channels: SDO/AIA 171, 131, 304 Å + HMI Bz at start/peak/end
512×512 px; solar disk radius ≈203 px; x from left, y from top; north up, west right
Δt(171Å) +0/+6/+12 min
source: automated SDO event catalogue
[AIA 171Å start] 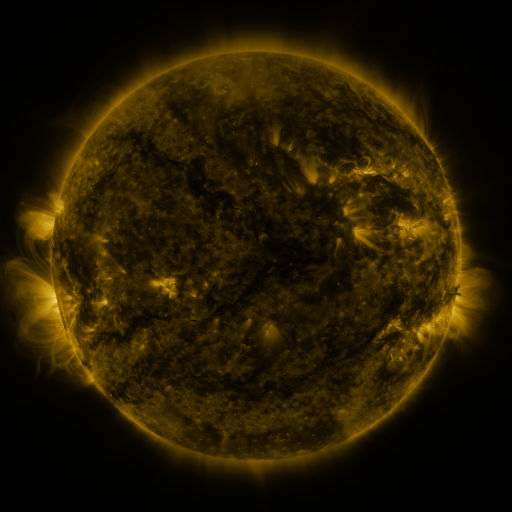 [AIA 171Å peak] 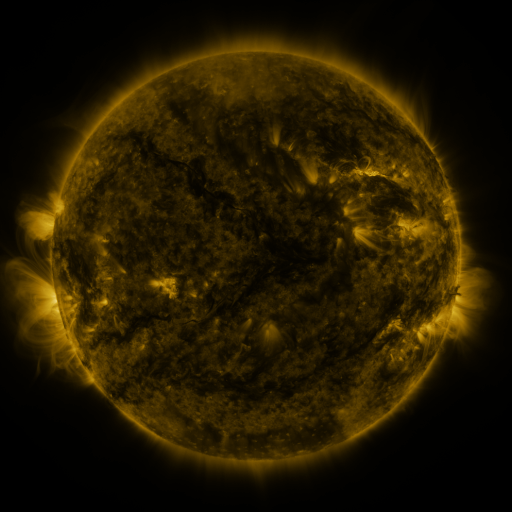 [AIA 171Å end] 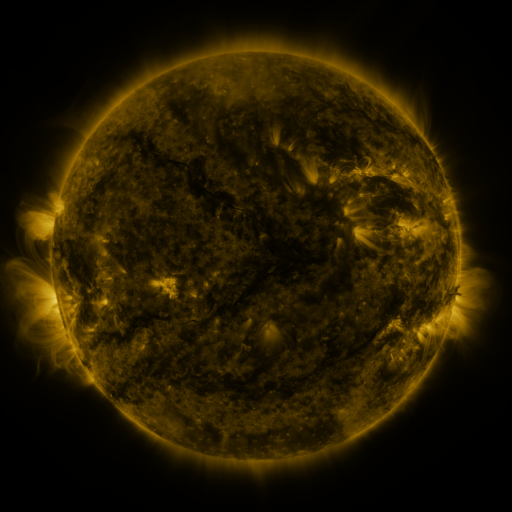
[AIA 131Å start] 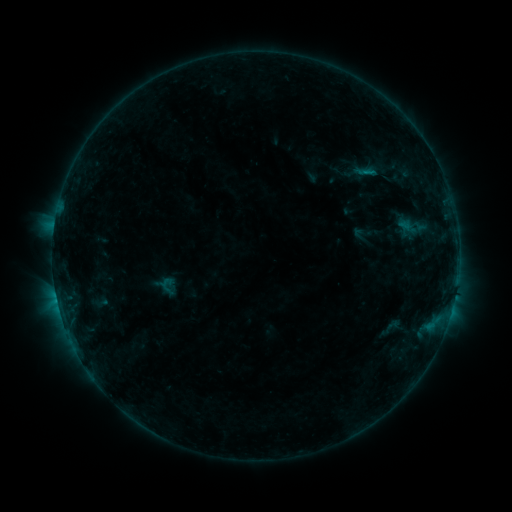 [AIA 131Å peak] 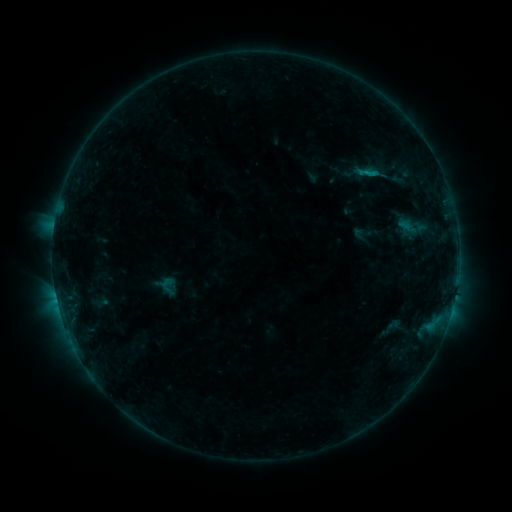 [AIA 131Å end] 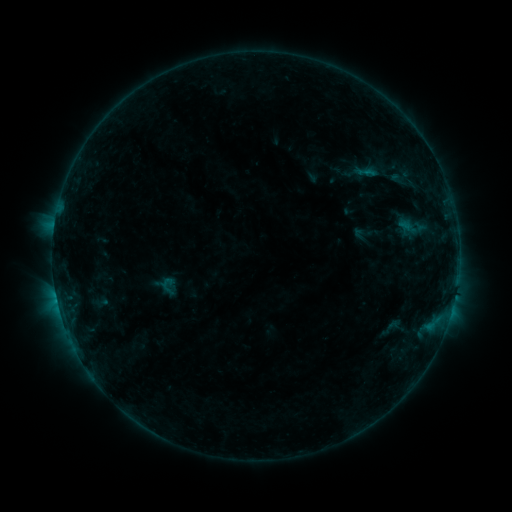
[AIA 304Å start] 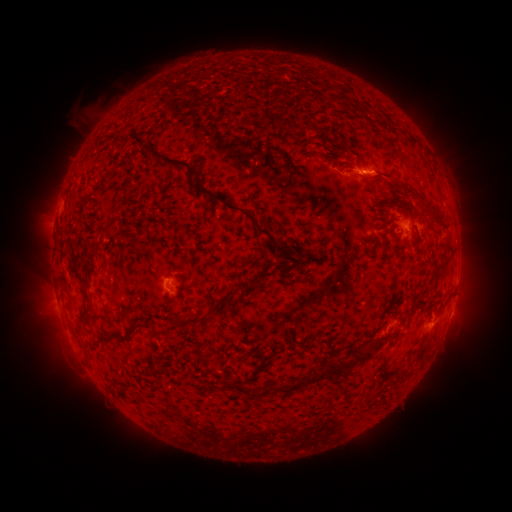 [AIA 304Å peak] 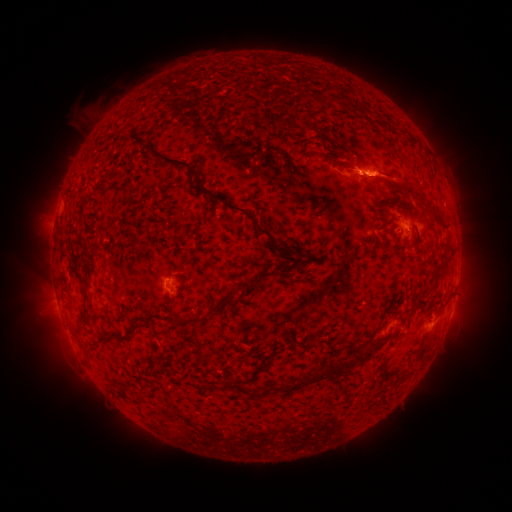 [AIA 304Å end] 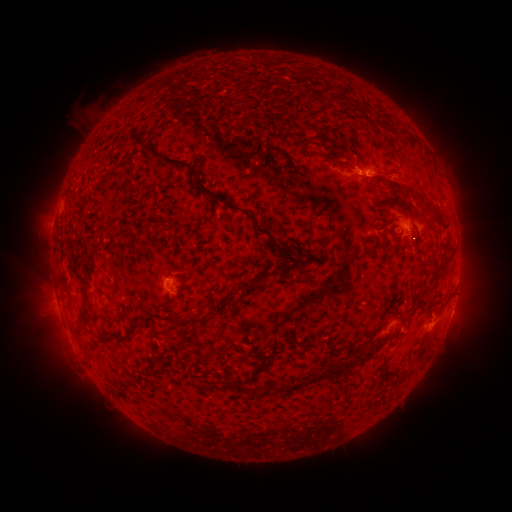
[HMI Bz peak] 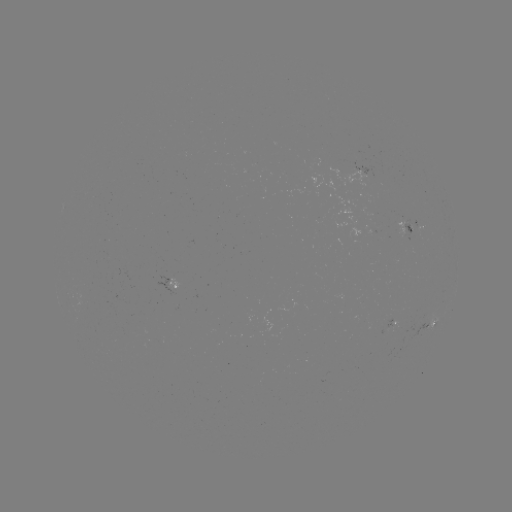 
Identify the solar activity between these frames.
eruption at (396, 180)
